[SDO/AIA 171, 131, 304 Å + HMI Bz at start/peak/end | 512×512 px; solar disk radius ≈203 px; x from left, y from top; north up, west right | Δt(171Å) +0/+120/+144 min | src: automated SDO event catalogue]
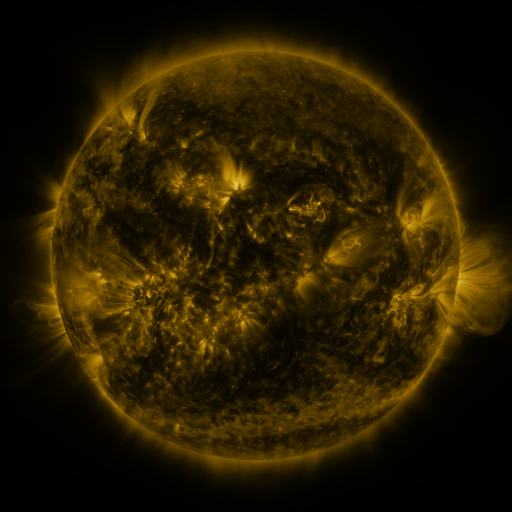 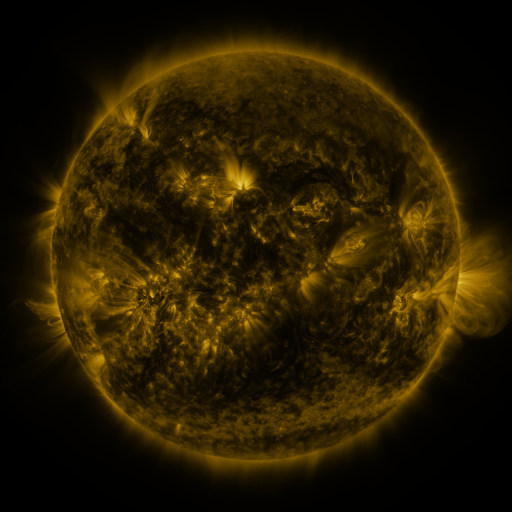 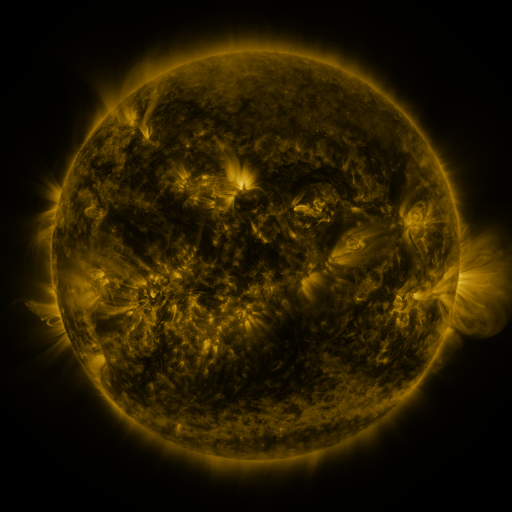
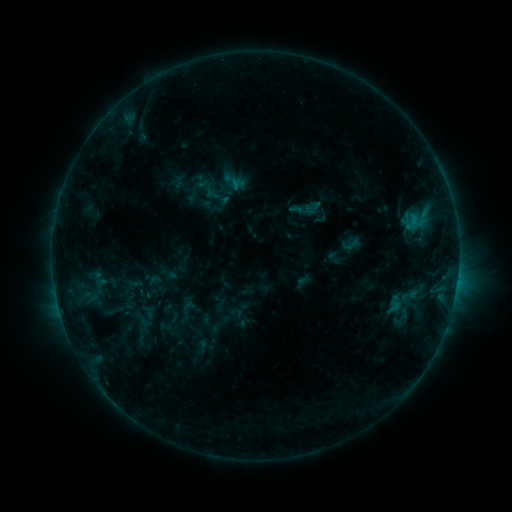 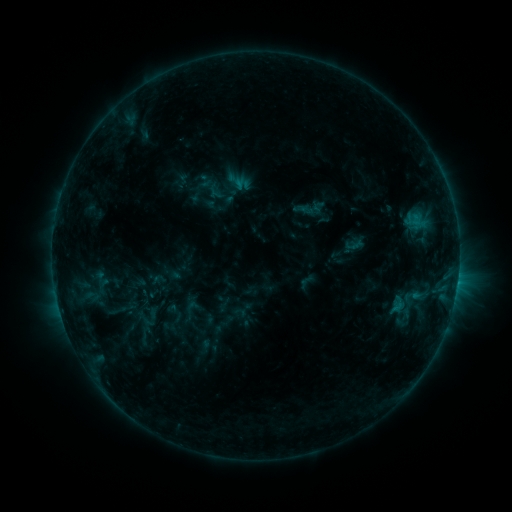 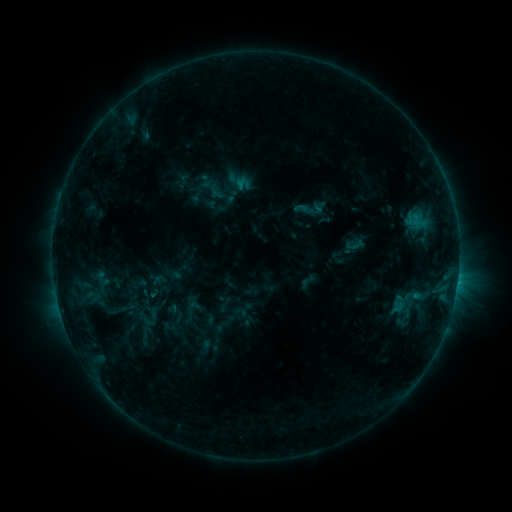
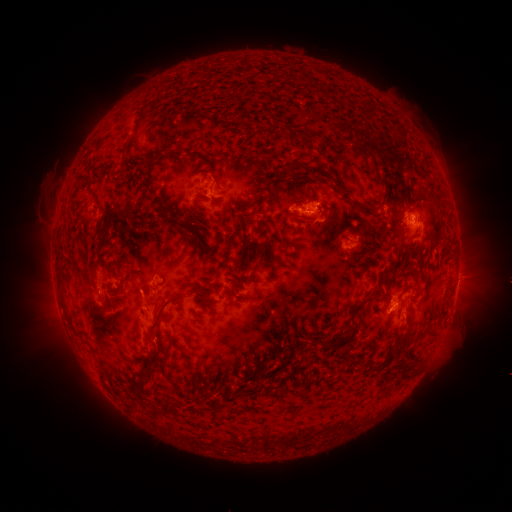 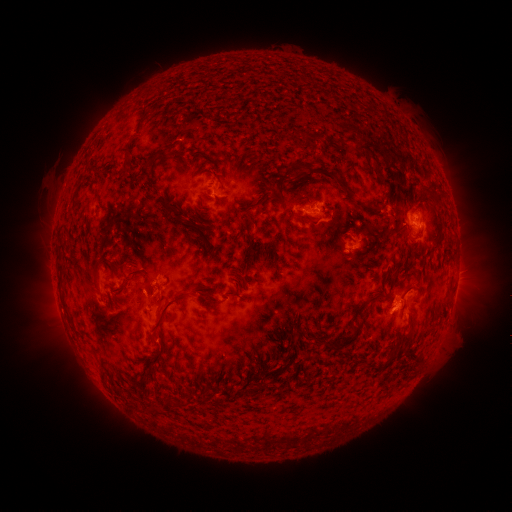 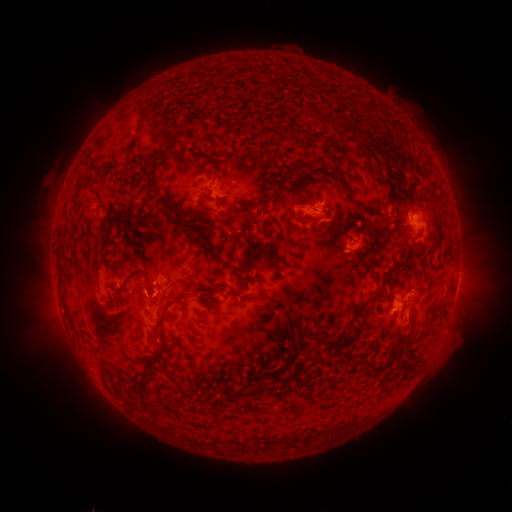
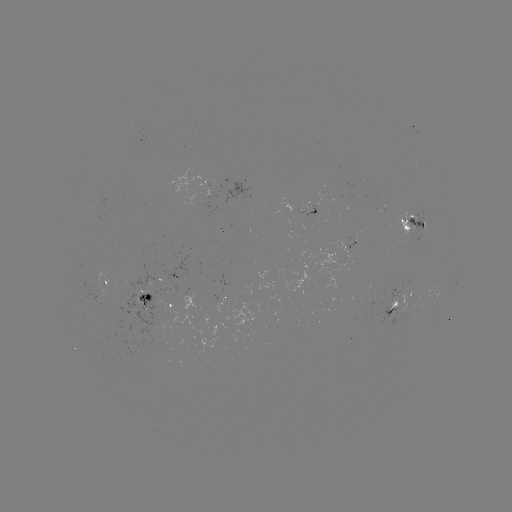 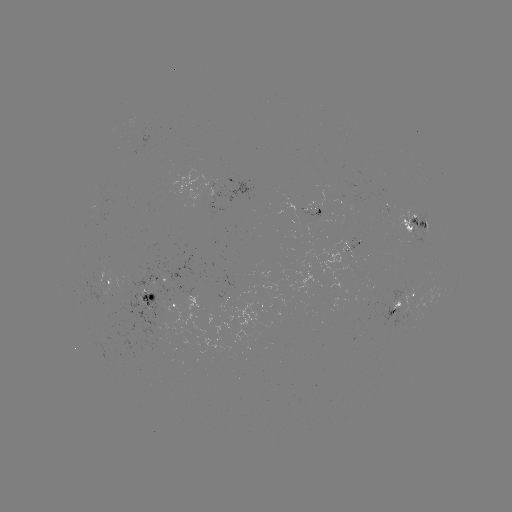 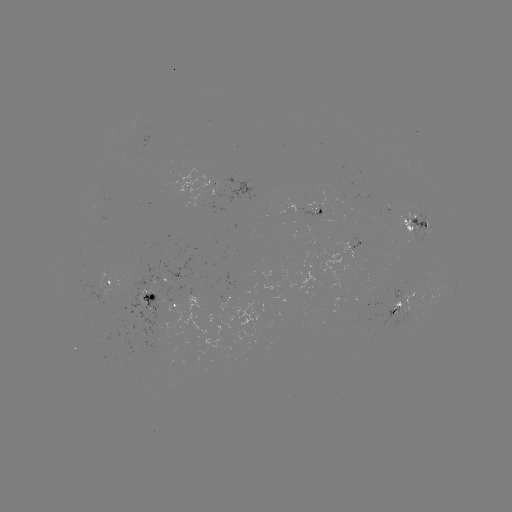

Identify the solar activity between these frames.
emerging-flux region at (346, 250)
